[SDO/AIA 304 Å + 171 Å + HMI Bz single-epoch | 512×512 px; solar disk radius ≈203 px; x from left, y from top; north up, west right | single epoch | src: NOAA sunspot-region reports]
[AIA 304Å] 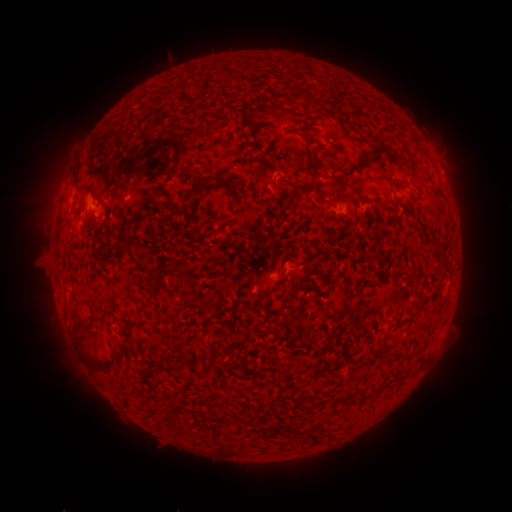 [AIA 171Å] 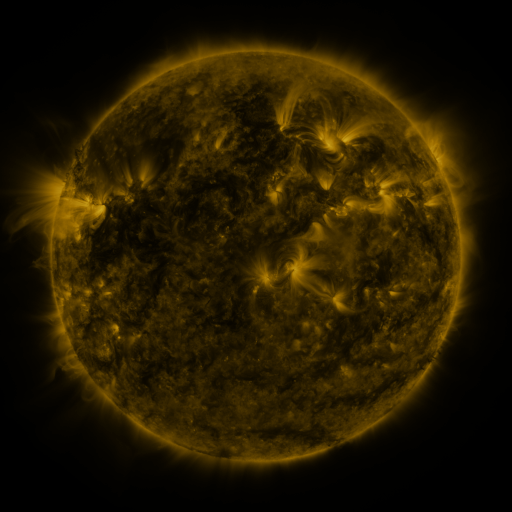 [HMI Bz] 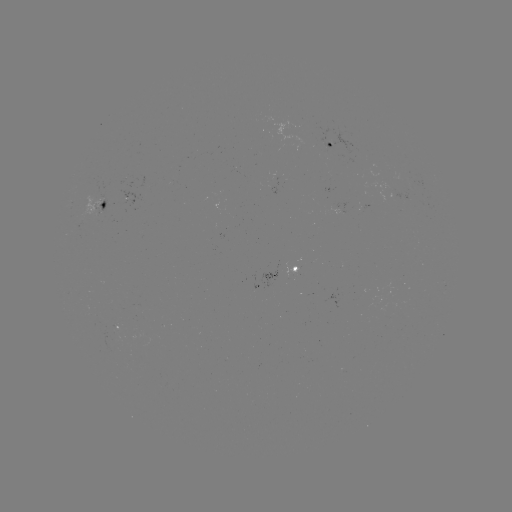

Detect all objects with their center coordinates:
spotted active region: (332, 146)
spotted active region: (105, 203)
spotted active region: (294, 267)
spotted active region: (117, 325)
